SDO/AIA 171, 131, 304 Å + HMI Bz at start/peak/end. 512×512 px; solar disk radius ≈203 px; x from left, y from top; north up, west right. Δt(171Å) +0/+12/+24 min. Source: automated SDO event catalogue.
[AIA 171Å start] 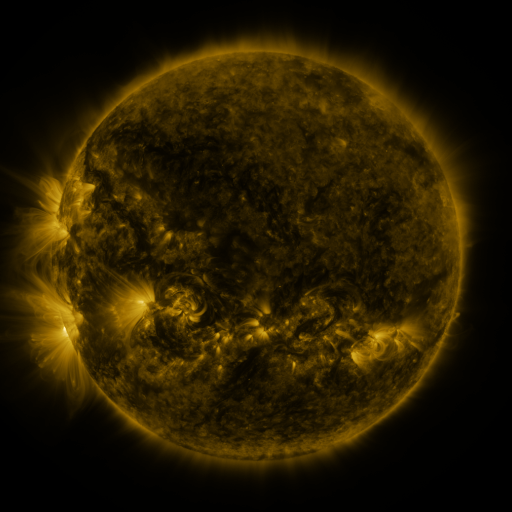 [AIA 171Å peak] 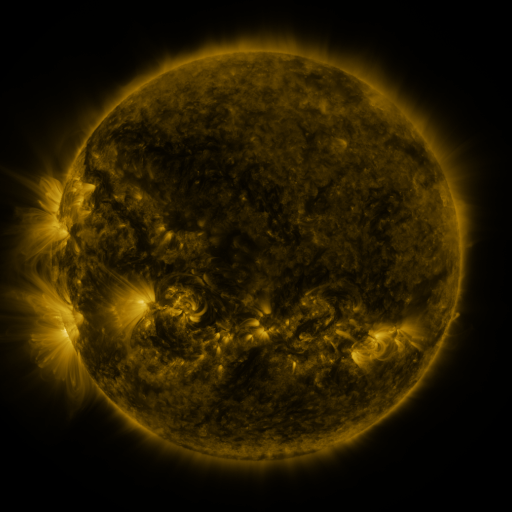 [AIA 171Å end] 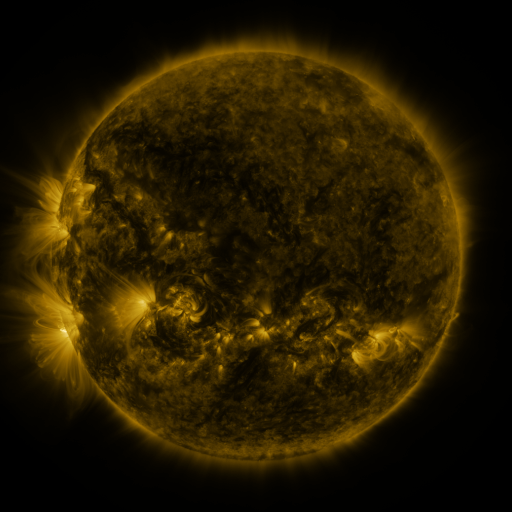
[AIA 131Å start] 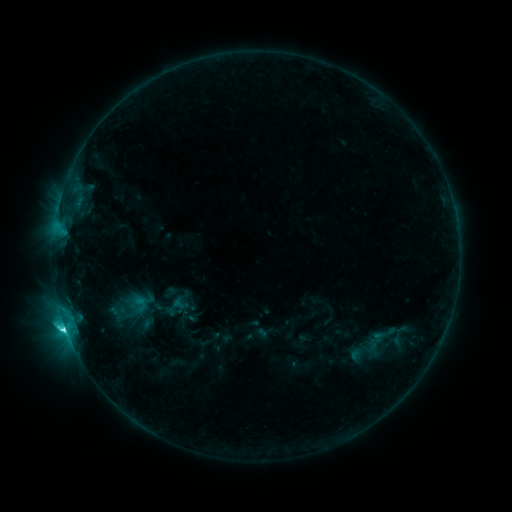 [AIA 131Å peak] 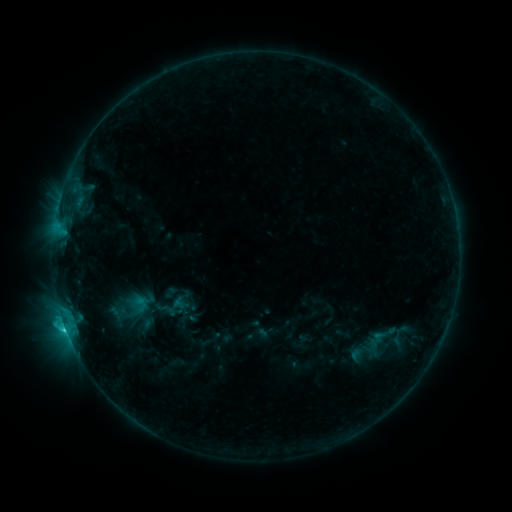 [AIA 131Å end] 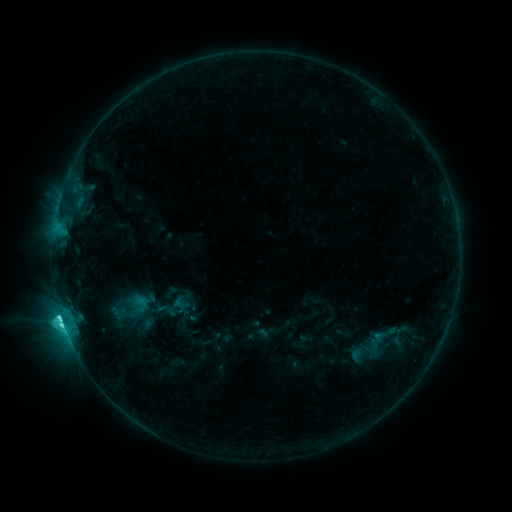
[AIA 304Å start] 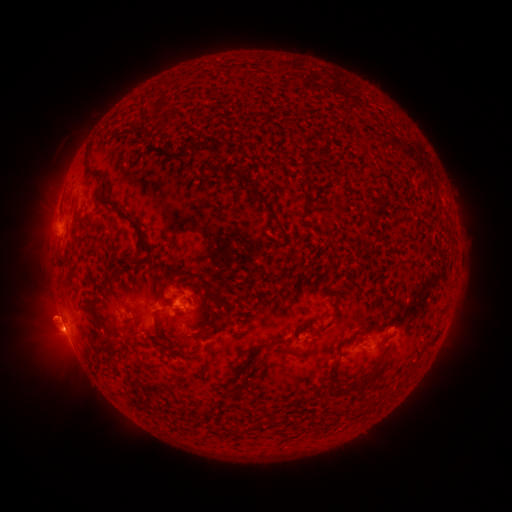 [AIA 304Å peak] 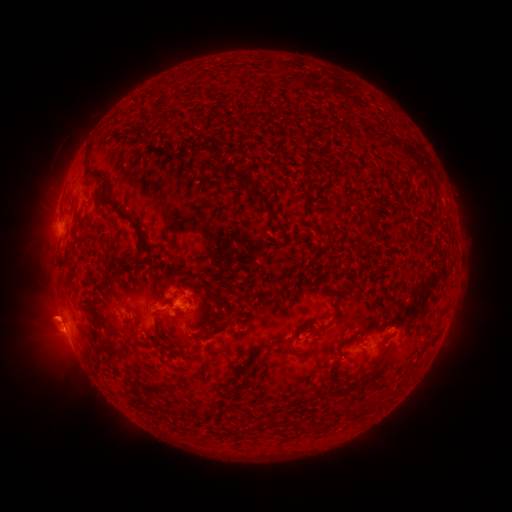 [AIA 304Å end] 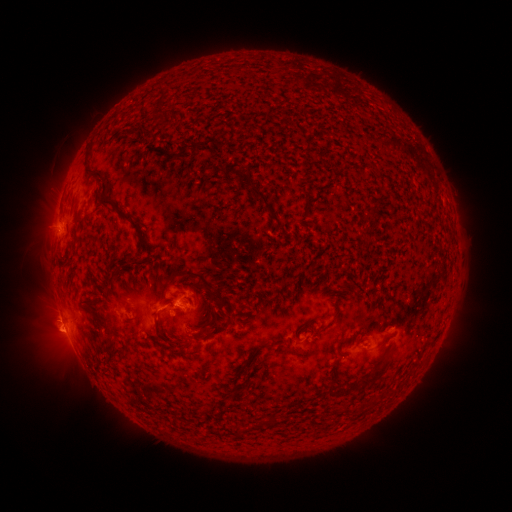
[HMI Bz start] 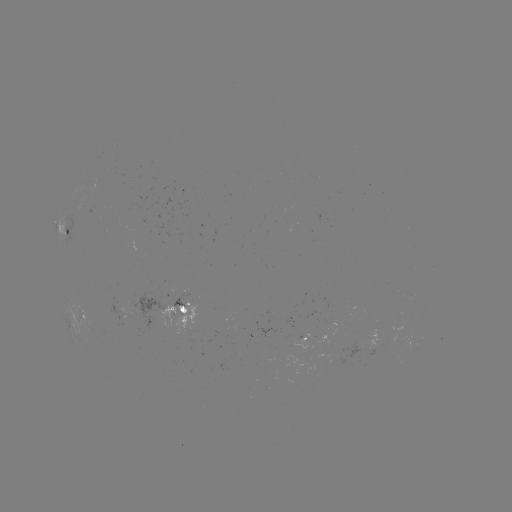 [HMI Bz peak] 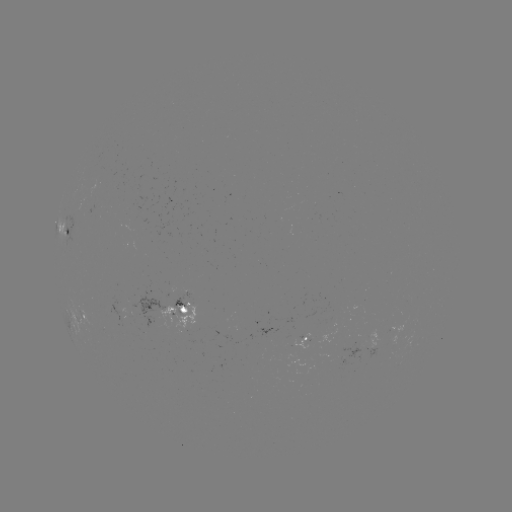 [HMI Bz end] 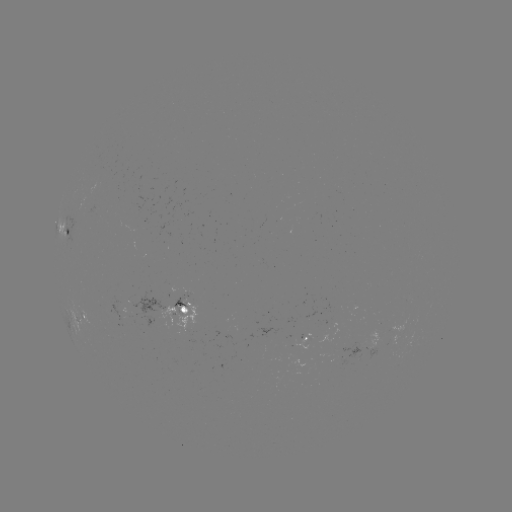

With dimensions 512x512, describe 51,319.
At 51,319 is eruption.